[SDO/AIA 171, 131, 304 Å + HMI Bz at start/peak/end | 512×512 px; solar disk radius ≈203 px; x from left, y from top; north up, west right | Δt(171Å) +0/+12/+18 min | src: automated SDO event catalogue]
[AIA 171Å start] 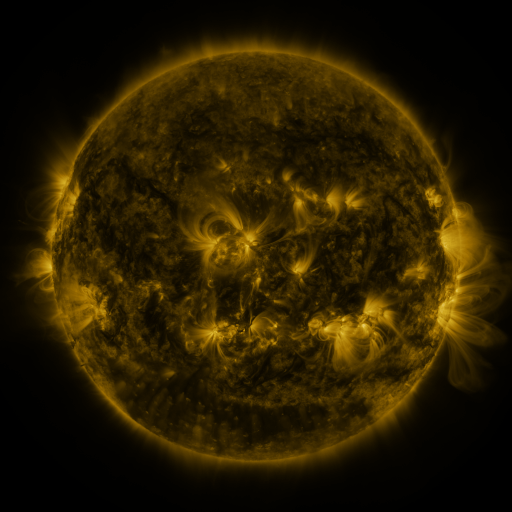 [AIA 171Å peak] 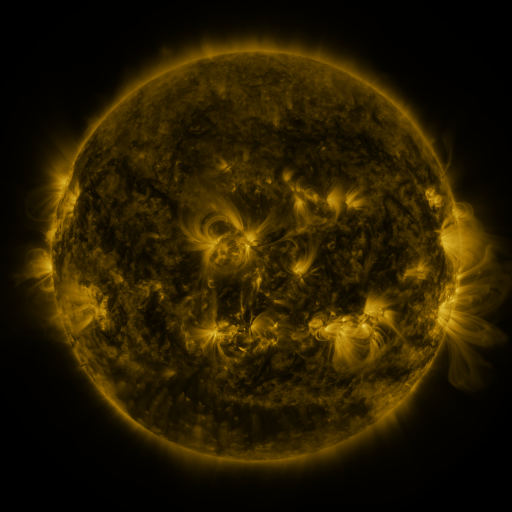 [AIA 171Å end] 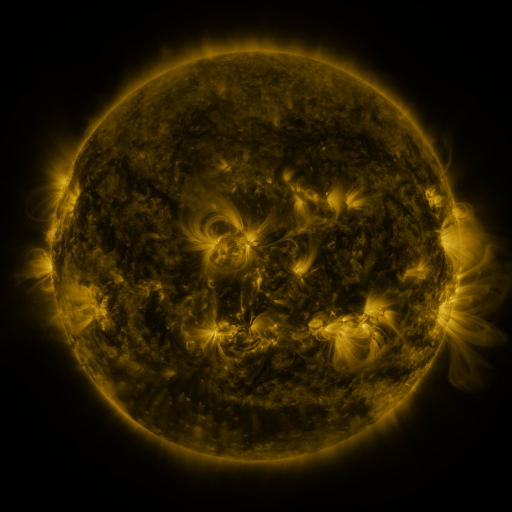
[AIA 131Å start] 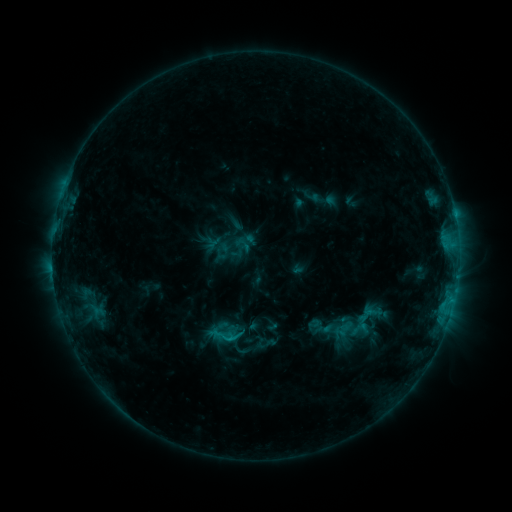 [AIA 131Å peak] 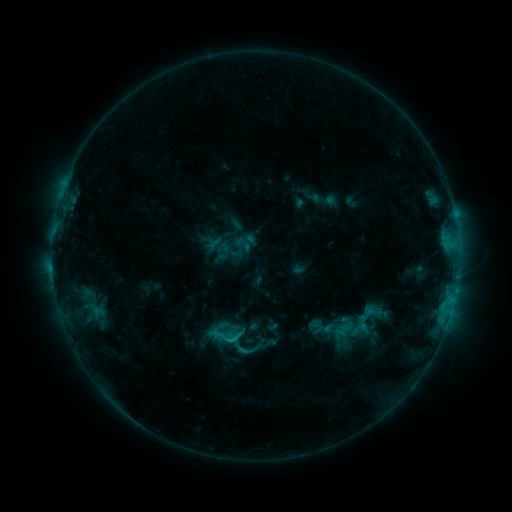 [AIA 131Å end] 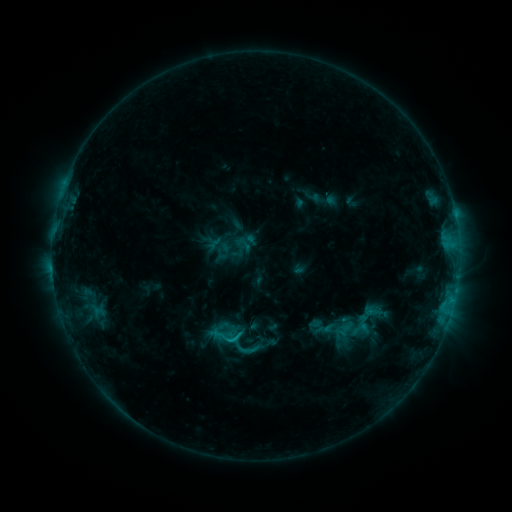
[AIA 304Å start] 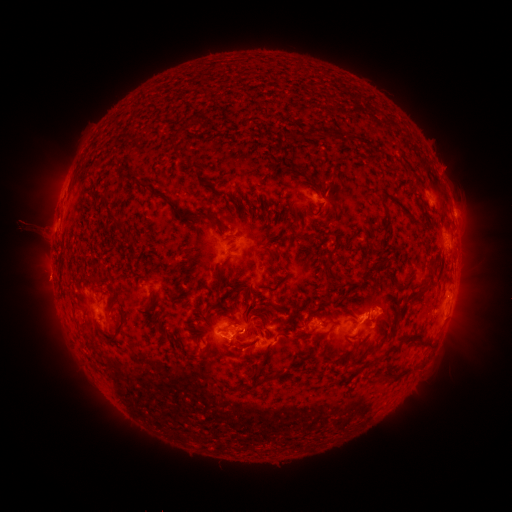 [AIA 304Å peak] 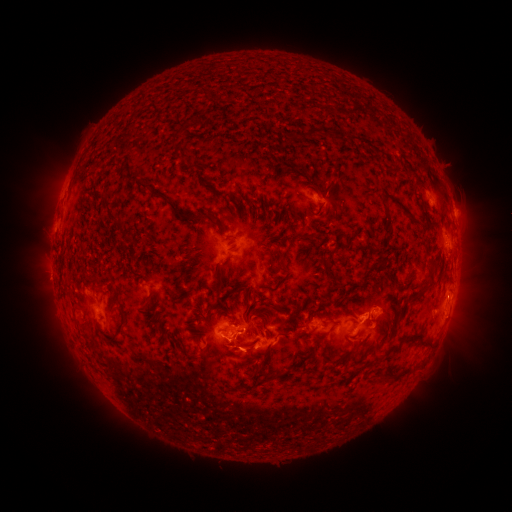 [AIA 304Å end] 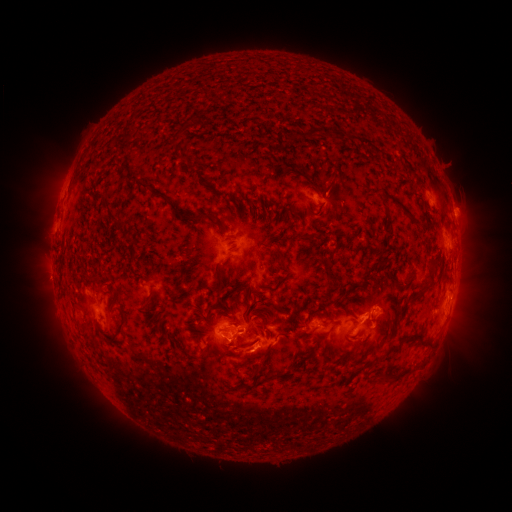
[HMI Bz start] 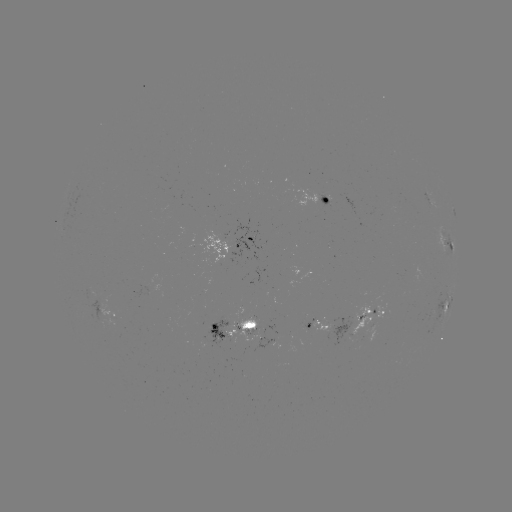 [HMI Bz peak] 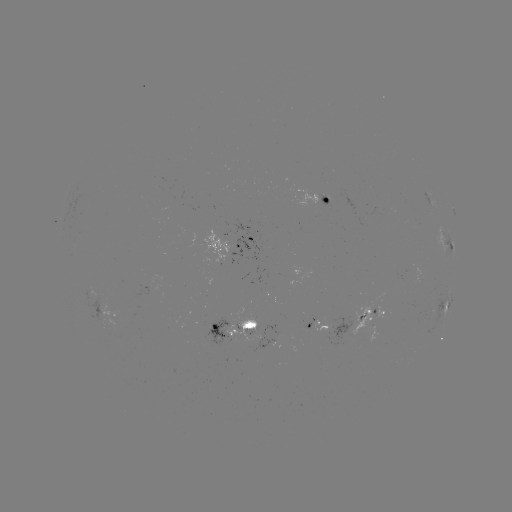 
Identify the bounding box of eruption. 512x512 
[223, 333, 276, 382].